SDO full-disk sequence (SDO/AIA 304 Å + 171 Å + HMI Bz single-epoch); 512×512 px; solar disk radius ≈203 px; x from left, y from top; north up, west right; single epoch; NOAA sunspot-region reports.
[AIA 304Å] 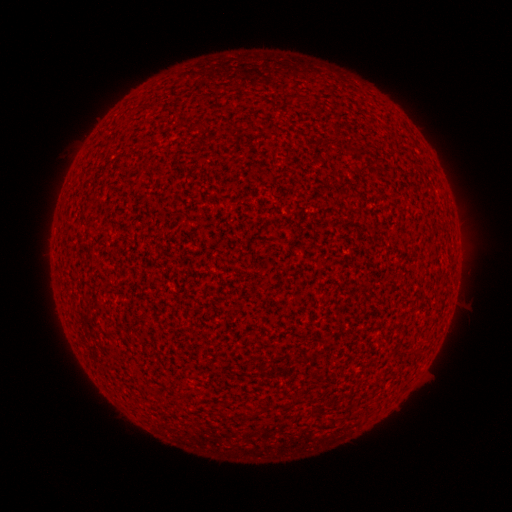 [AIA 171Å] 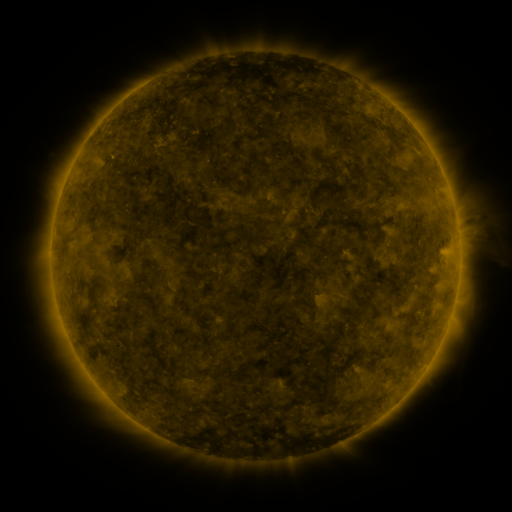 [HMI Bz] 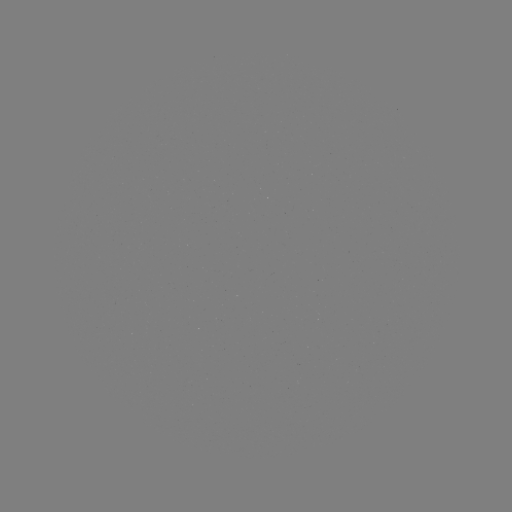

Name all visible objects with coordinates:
(none)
